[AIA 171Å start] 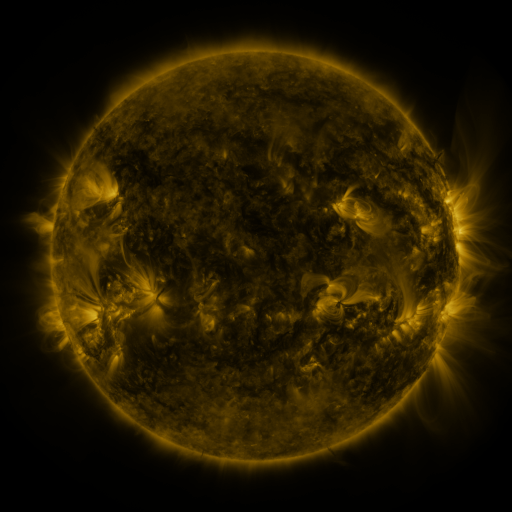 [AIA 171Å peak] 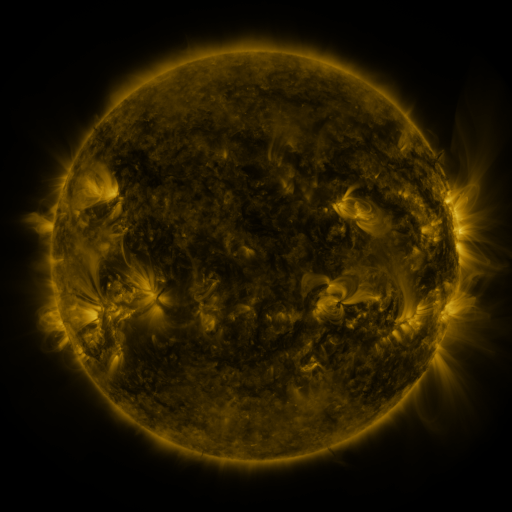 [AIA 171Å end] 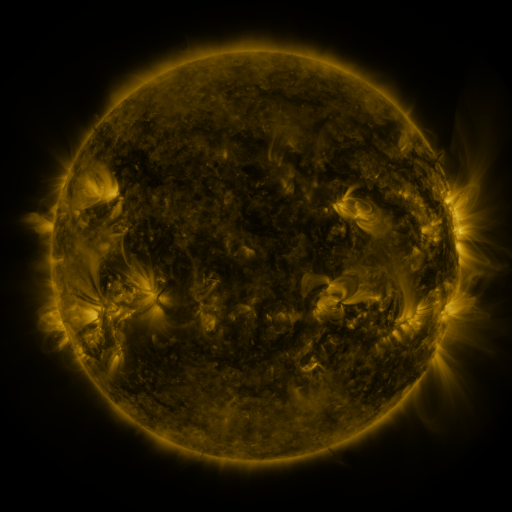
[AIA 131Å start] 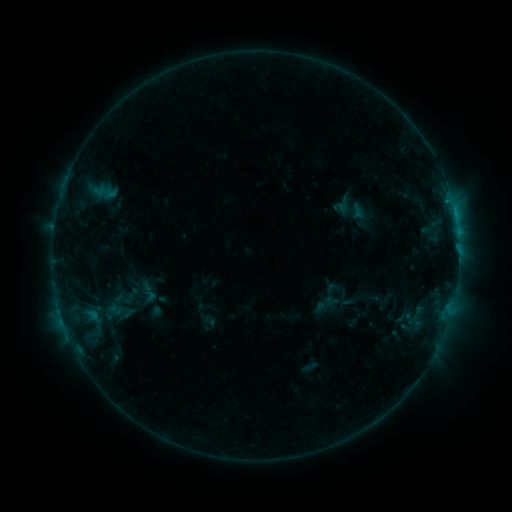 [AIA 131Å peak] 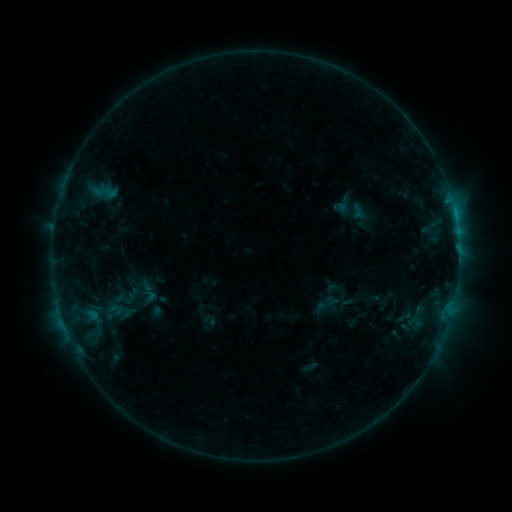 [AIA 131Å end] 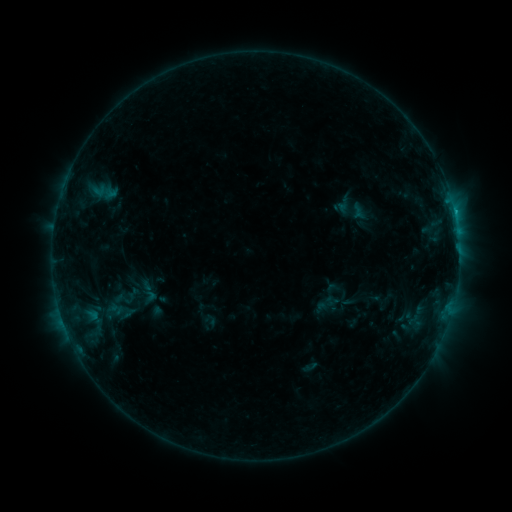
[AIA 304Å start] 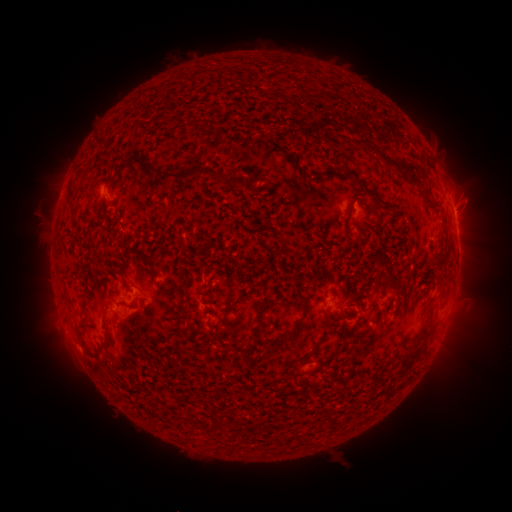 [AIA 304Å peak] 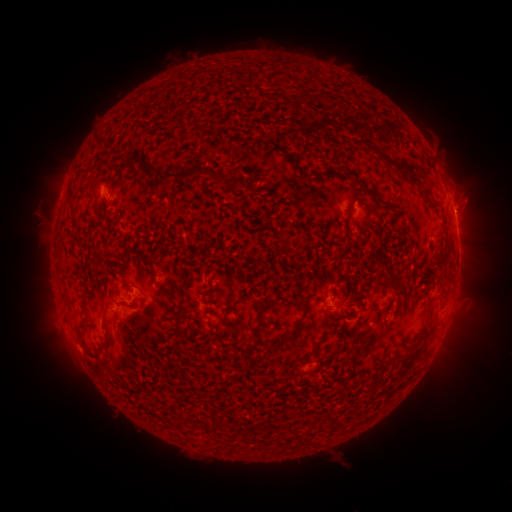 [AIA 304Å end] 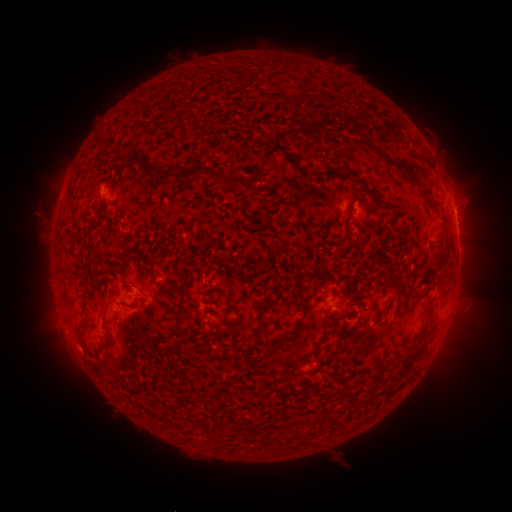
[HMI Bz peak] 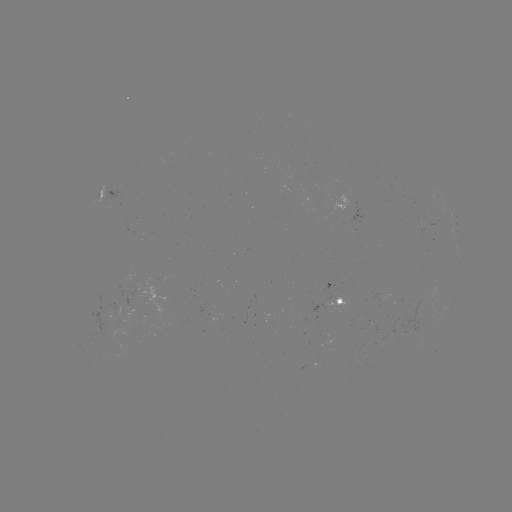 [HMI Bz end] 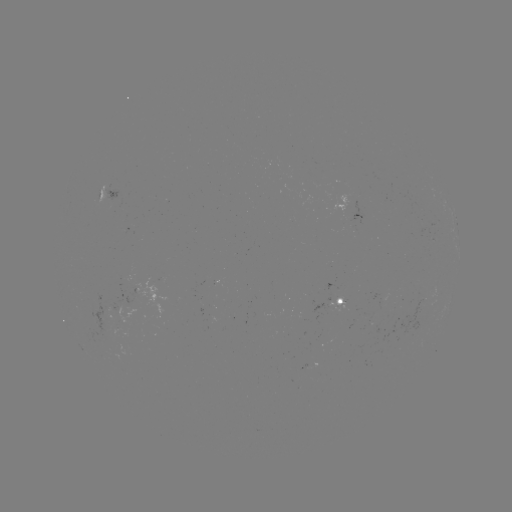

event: flare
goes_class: B8.2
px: (454, 213)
